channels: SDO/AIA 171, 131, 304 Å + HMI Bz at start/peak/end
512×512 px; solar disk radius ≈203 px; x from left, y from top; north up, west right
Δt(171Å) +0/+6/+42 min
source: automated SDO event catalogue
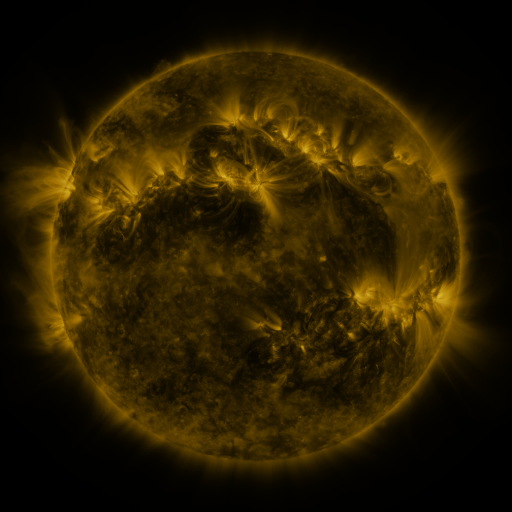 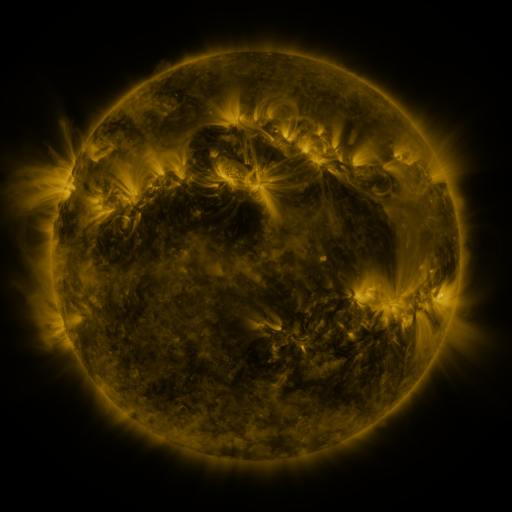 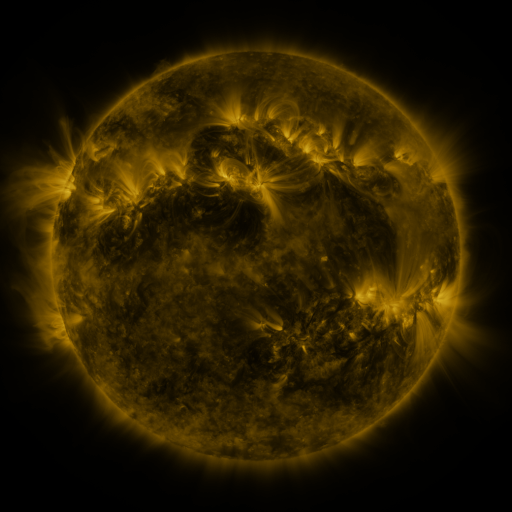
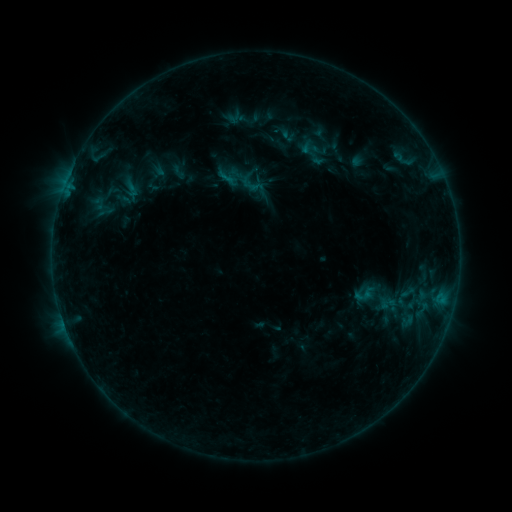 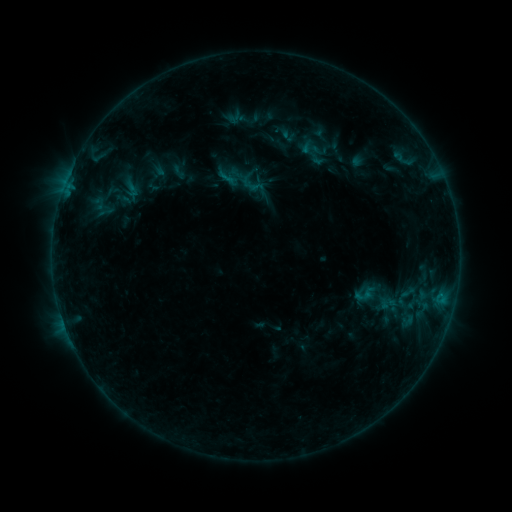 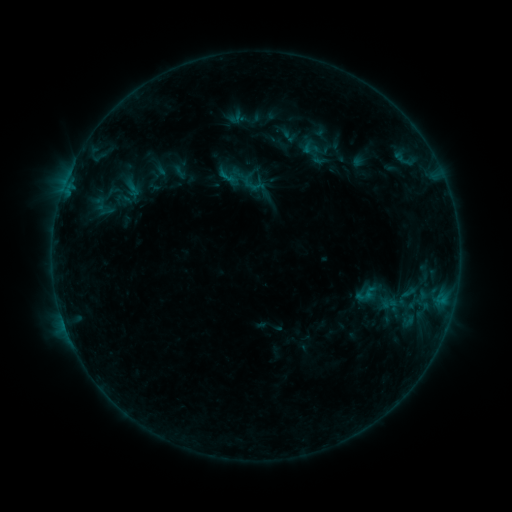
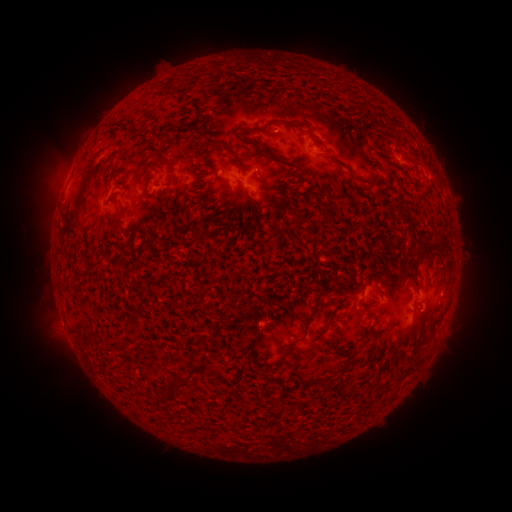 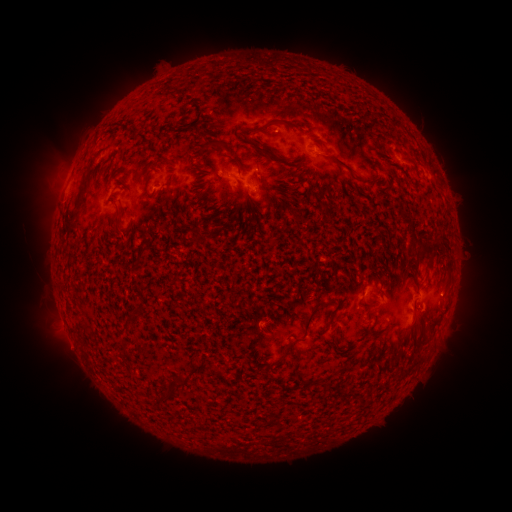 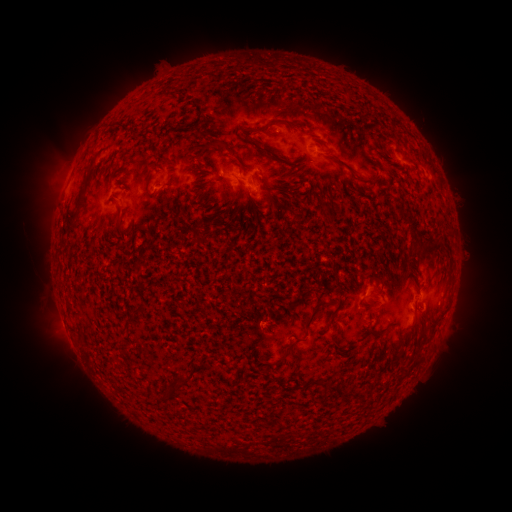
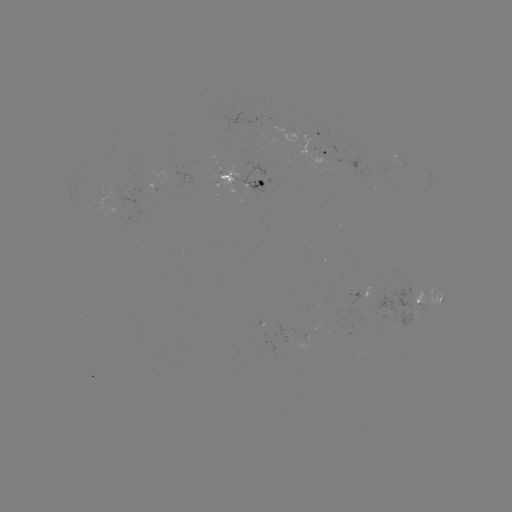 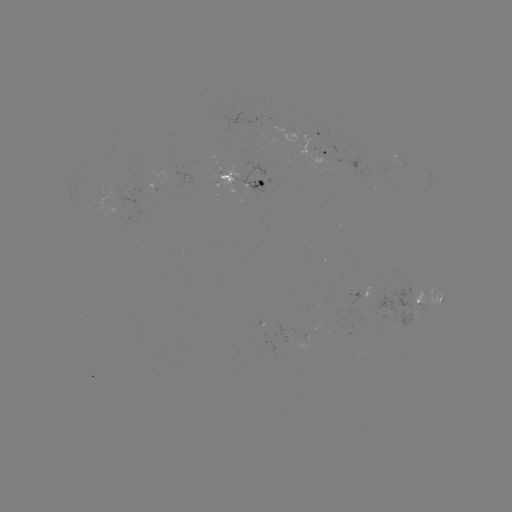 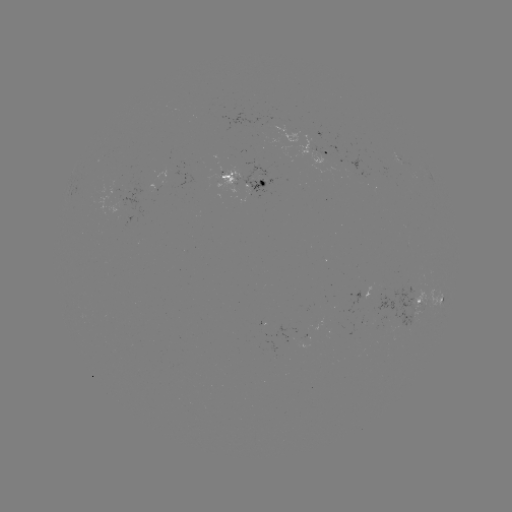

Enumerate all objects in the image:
emerging-flux region: (397, 158)
